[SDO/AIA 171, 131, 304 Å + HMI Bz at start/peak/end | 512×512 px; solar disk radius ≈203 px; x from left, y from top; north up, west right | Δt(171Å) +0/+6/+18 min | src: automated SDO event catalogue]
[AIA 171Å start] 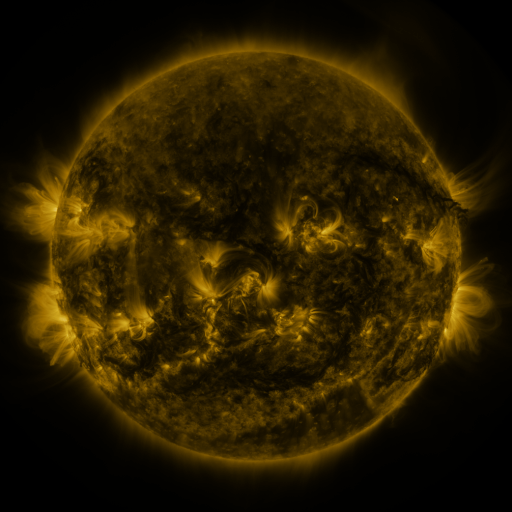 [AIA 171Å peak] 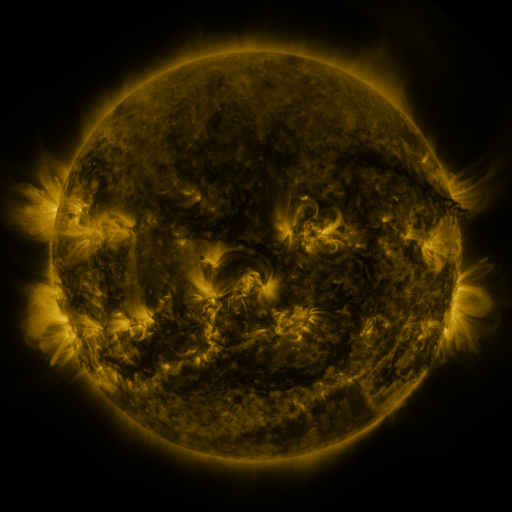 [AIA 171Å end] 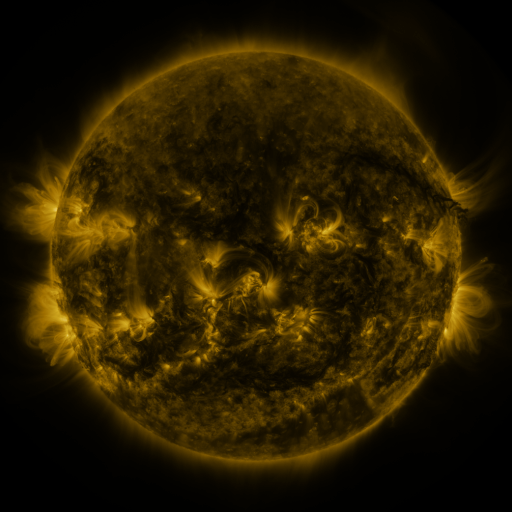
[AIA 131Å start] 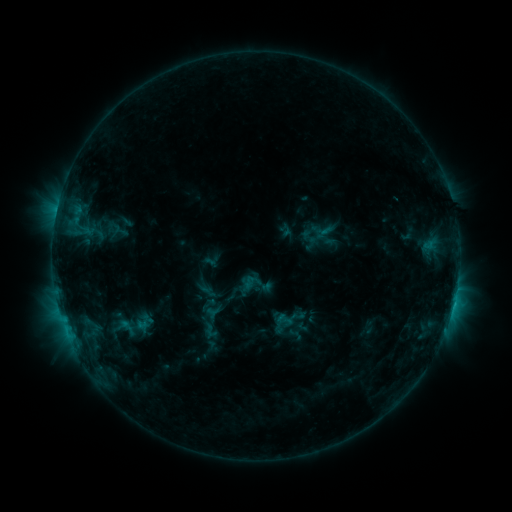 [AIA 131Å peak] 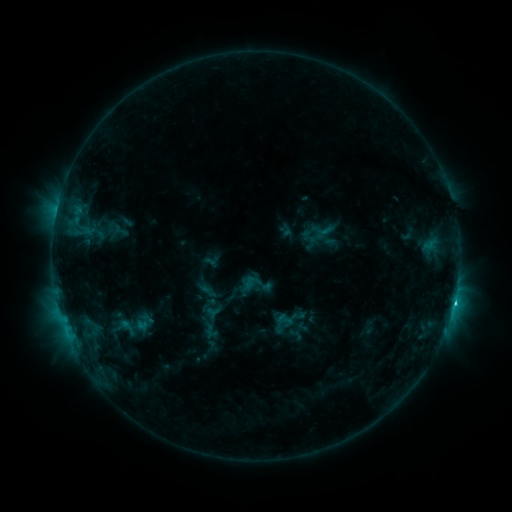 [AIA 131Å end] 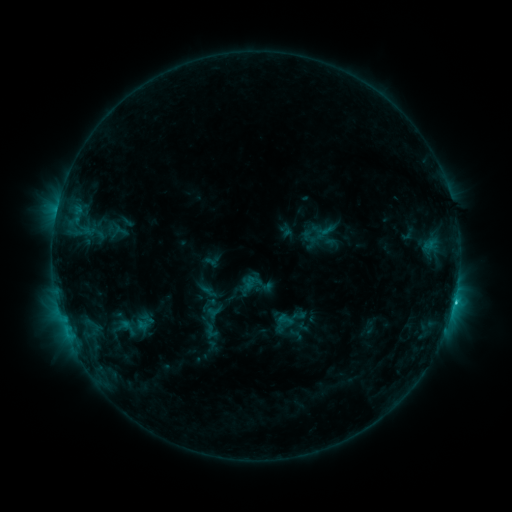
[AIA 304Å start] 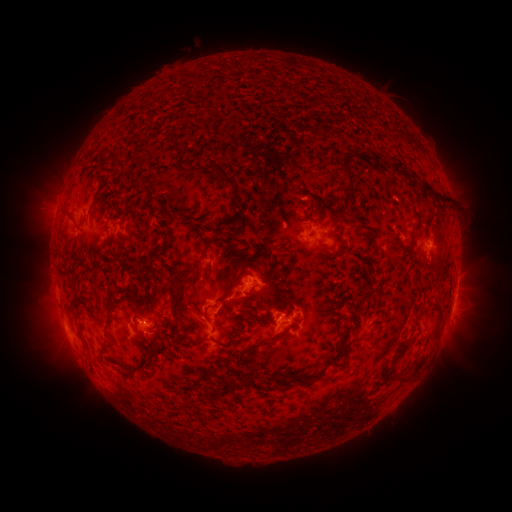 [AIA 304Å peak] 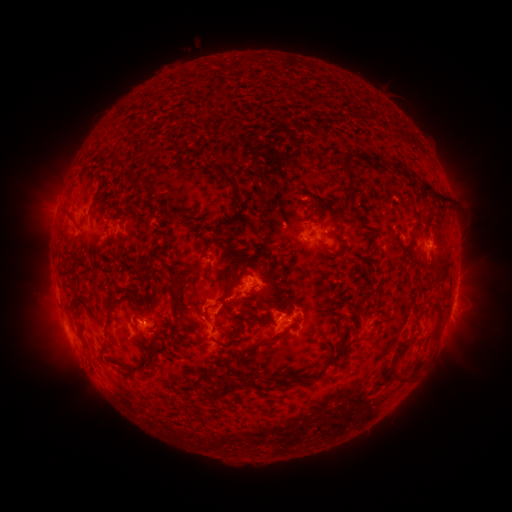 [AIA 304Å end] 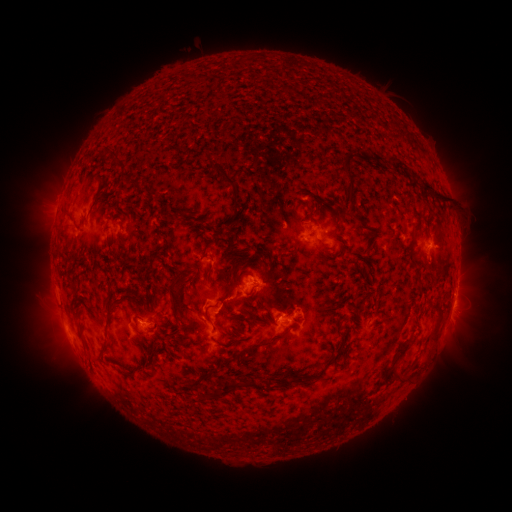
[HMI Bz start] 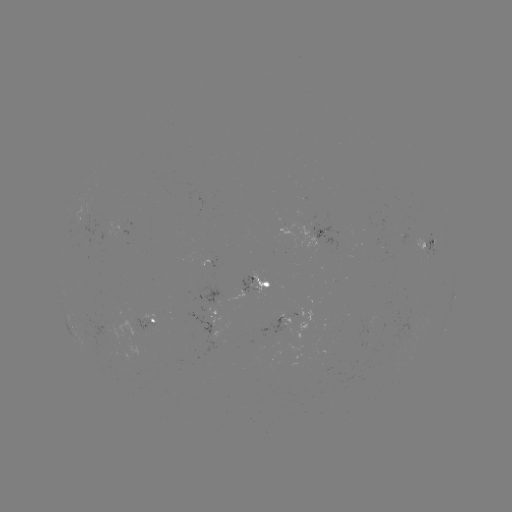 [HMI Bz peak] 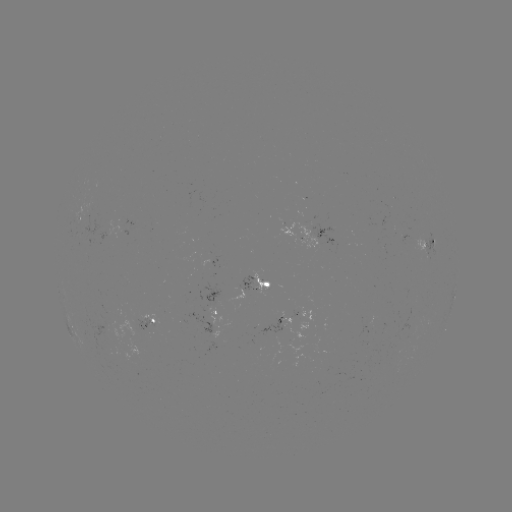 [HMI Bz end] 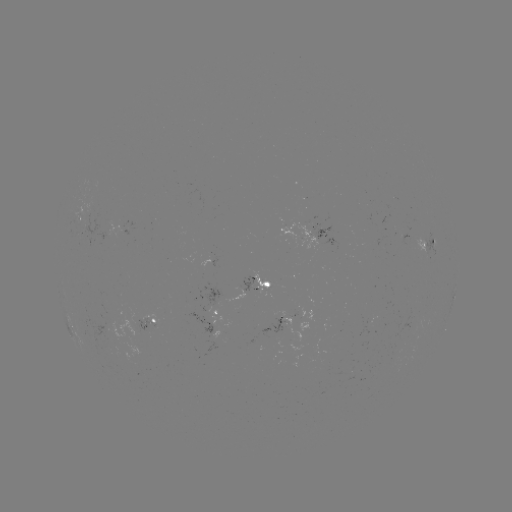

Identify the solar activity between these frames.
C2.5 flare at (453, 302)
